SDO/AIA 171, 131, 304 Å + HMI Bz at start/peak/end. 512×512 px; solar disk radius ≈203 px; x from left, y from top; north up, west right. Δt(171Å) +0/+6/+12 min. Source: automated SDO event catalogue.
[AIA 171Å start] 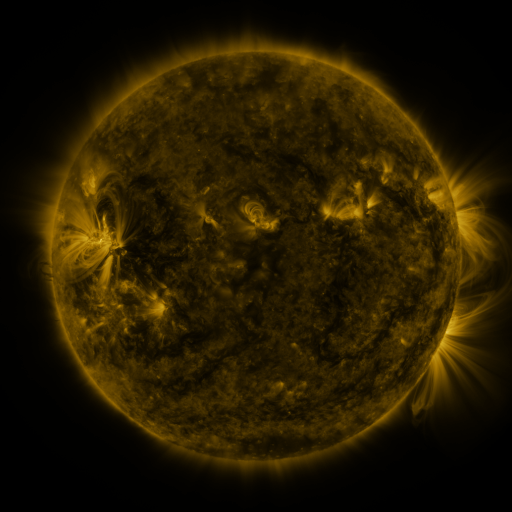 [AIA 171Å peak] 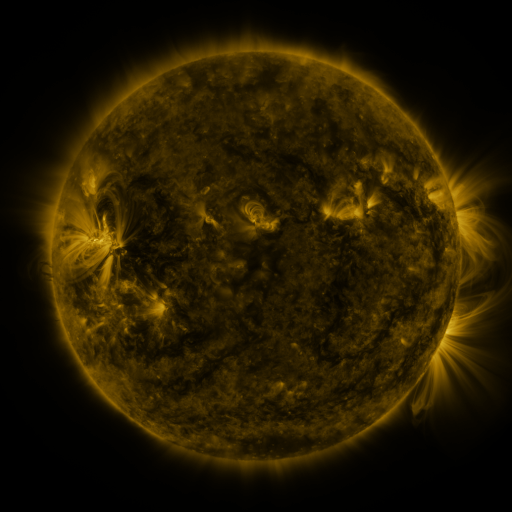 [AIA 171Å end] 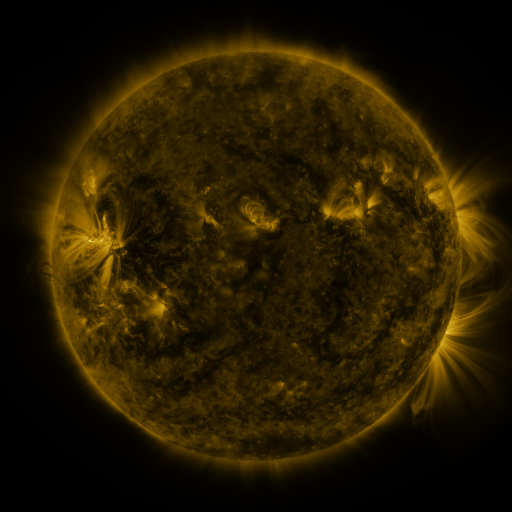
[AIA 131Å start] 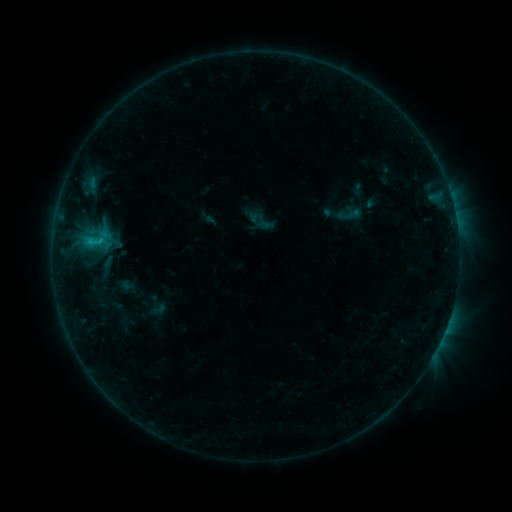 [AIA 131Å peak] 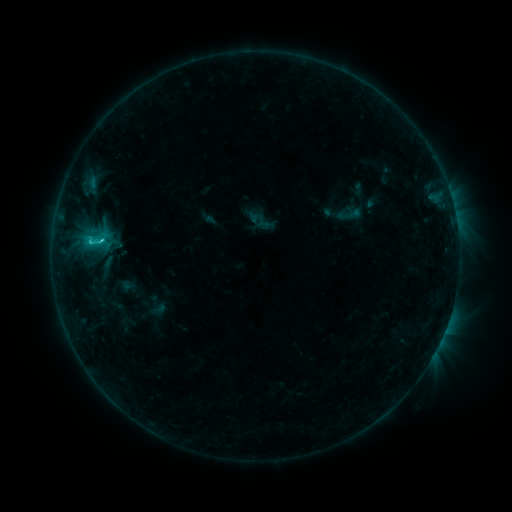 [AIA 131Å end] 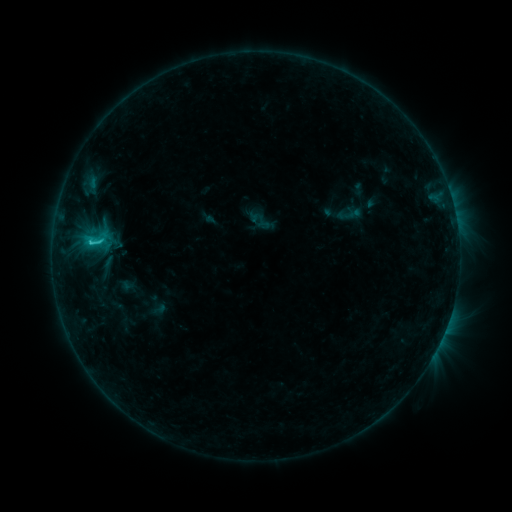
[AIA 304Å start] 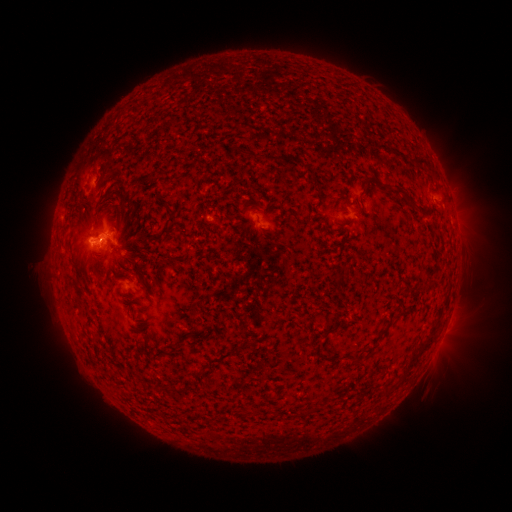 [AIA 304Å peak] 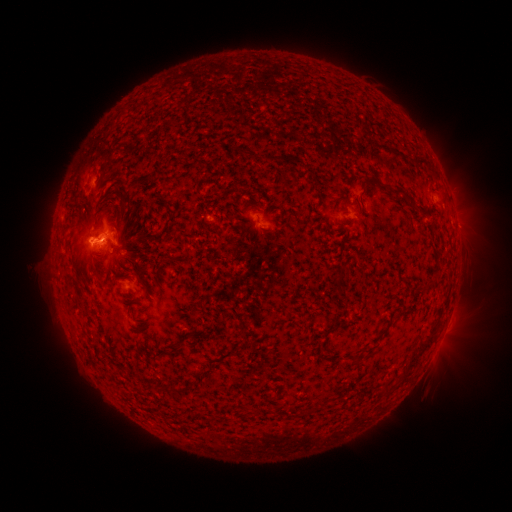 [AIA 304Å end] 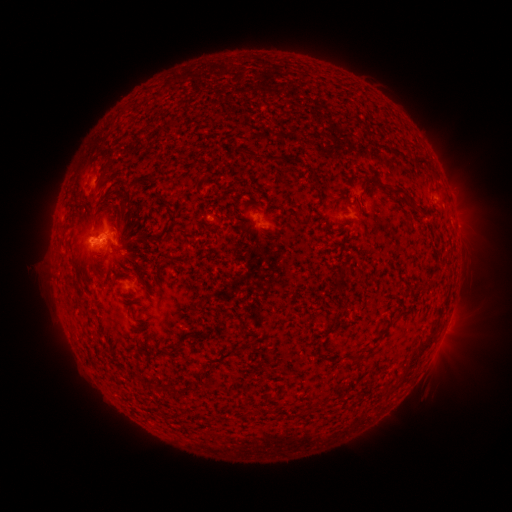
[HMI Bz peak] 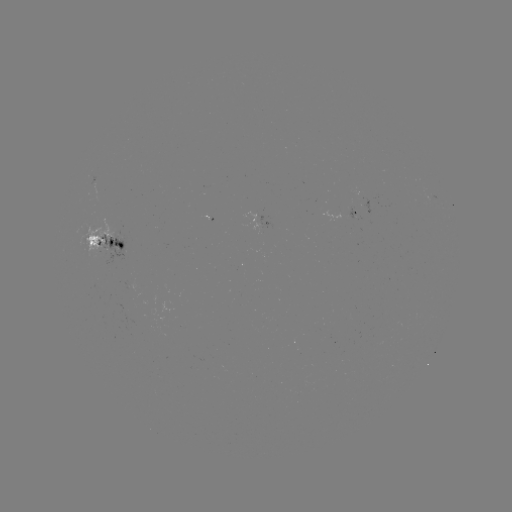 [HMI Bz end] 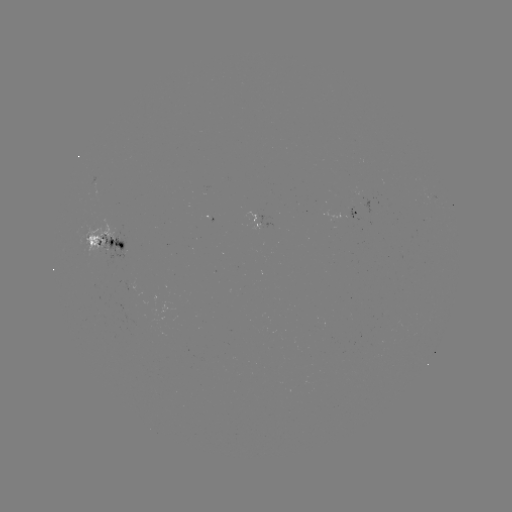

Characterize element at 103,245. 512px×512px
C1.9 flare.